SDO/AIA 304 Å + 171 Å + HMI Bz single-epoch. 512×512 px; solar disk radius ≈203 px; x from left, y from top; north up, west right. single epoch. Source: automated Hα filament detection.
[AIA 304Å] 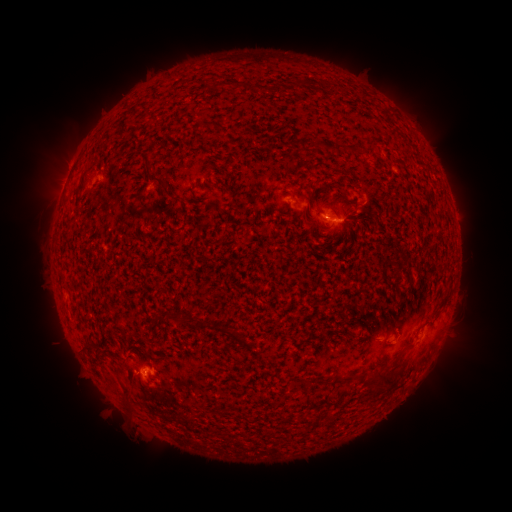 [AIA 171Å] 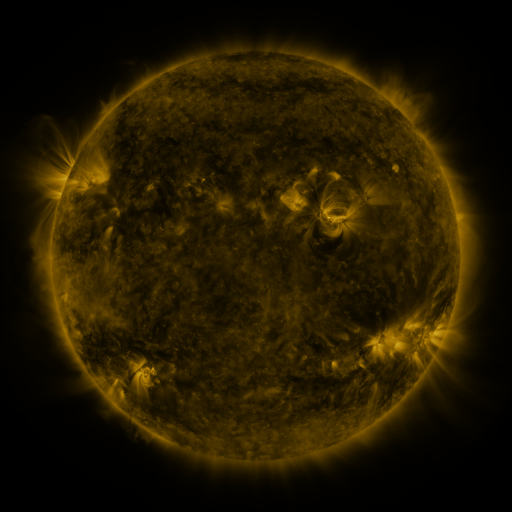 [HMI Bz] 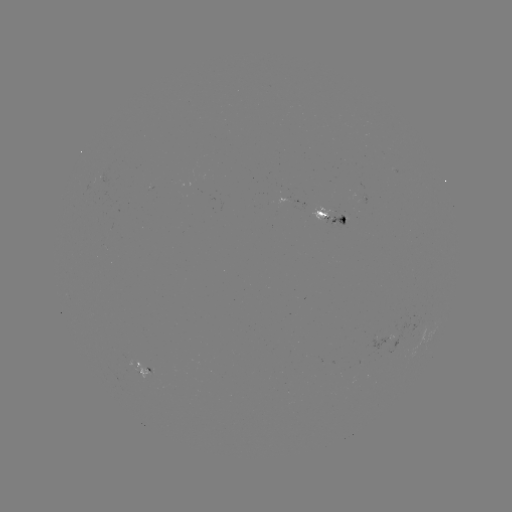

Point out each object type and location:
filament: (169, 139)
filament: (327, 146)
filament: (340, 149)
filament: (355, 150)
filament: (154, 178)
filament: (344, 200)
filament: (344, 221)
filament: (231, 333)
filament: (90, 343)
filament: (344, 379)
filament: (383, 381)
filament: (124, 388)
